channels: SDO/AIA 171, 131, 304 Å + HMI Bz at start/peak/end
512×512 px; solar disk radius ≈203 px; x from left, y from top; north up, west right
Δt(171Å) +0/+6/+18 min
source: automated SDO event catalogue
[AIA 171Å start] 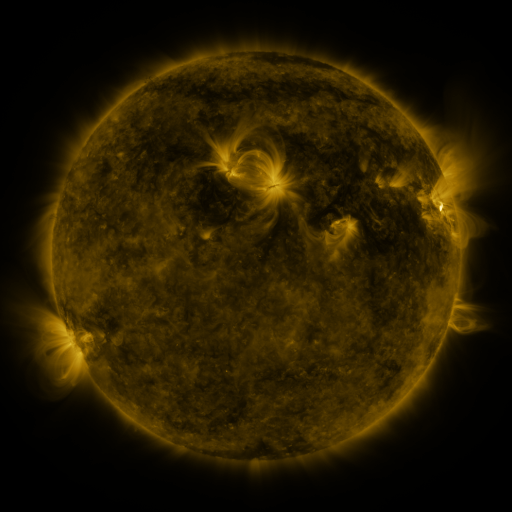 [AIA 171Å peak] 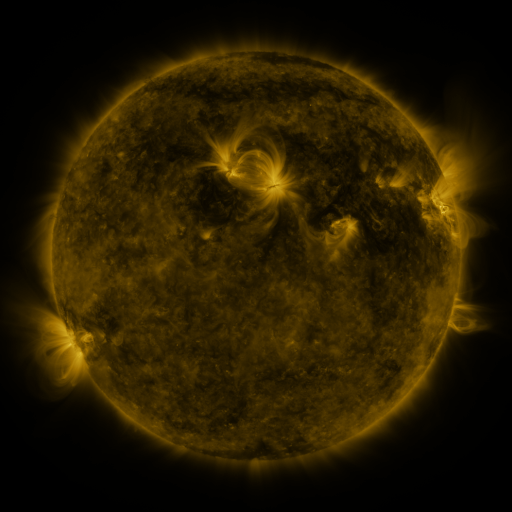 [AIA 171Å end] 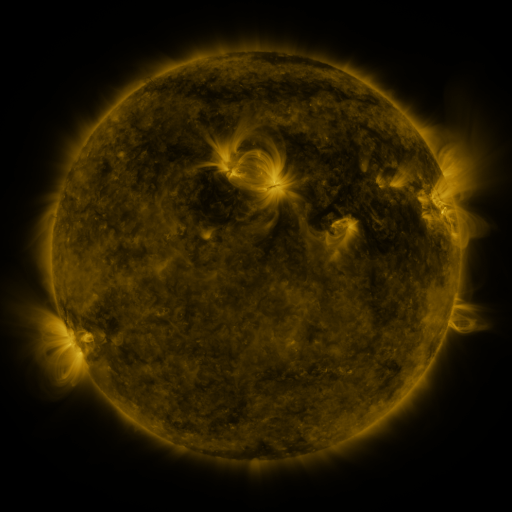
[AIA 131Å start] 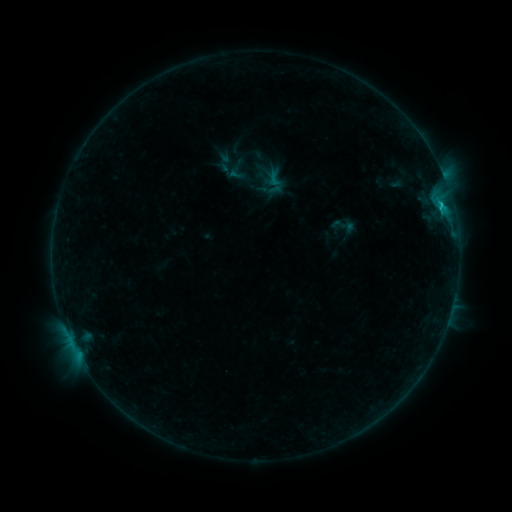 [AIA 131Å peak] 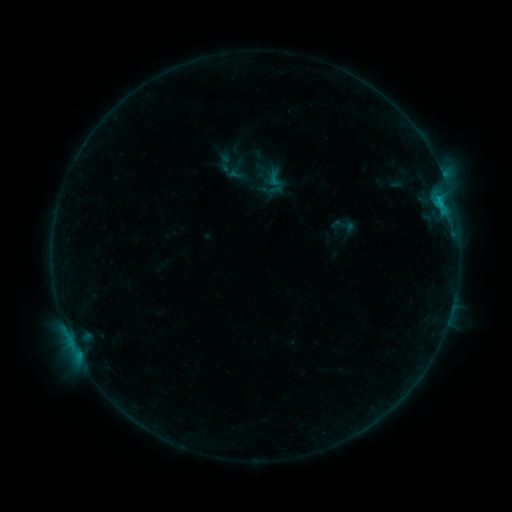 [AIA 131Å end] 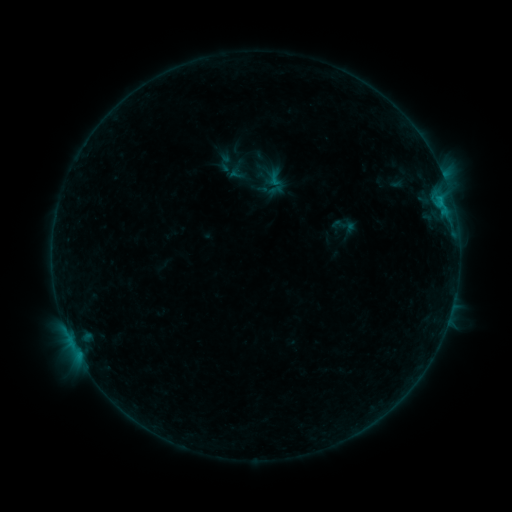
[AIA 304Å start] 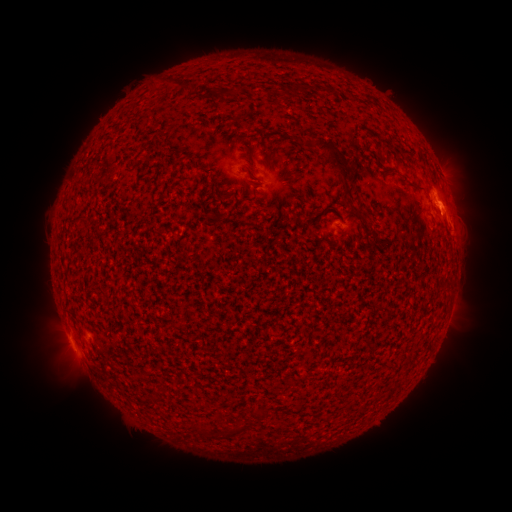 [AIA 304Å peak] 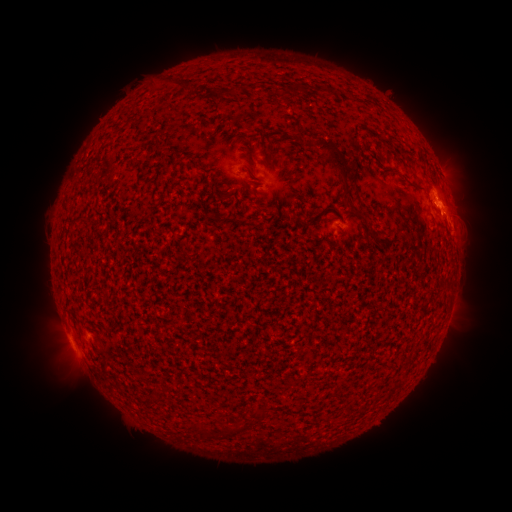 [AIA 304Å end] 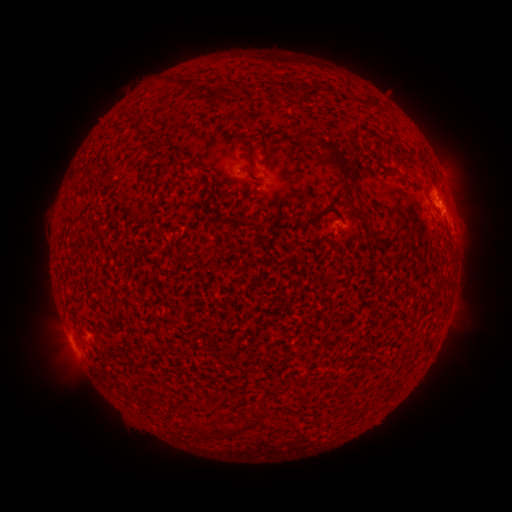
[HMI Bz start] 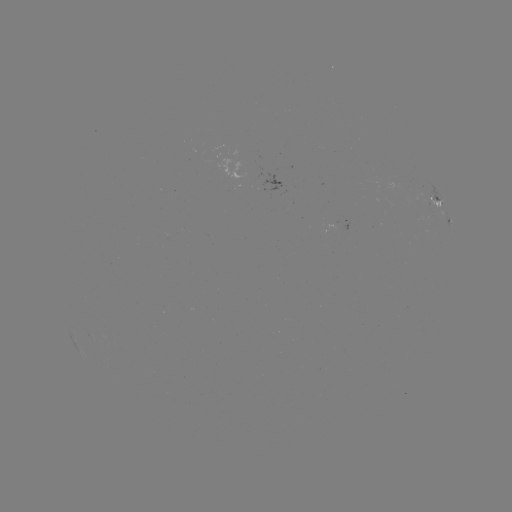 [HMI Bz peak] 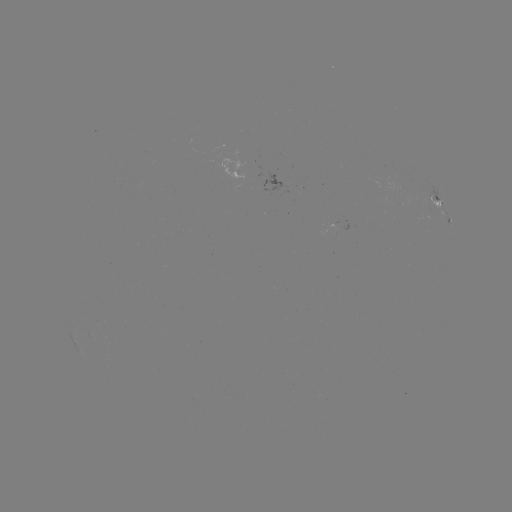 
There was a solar flare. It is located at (443, 214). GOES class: B6.4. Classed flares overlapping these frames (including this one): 1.